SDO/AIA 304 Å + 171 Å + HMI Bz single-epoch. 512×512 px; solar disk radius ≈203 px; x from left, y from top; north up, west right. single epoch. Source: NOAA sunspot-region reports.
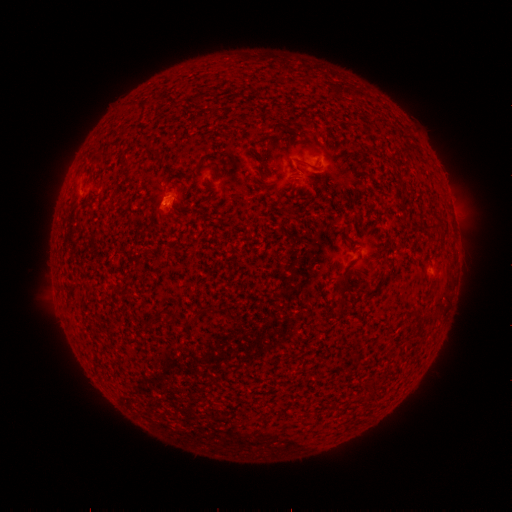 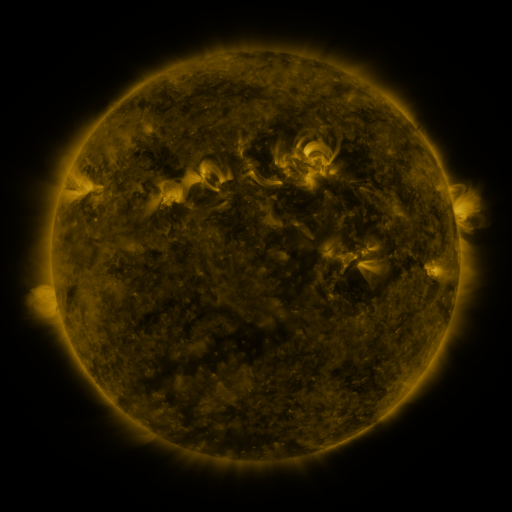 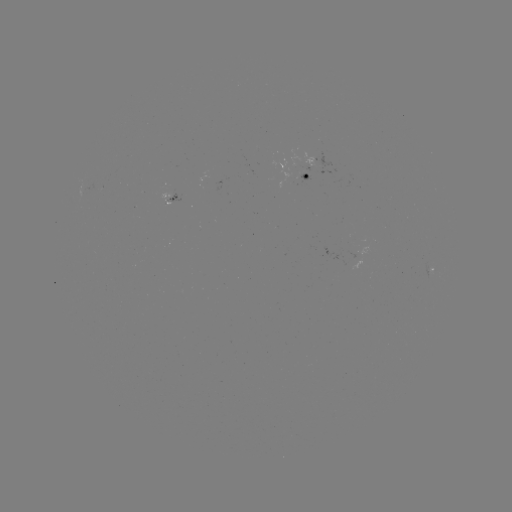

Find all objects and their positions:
spotted active region: (309, 170)
spotted active region: (174, 194)
spotted active region: (432, 271)
